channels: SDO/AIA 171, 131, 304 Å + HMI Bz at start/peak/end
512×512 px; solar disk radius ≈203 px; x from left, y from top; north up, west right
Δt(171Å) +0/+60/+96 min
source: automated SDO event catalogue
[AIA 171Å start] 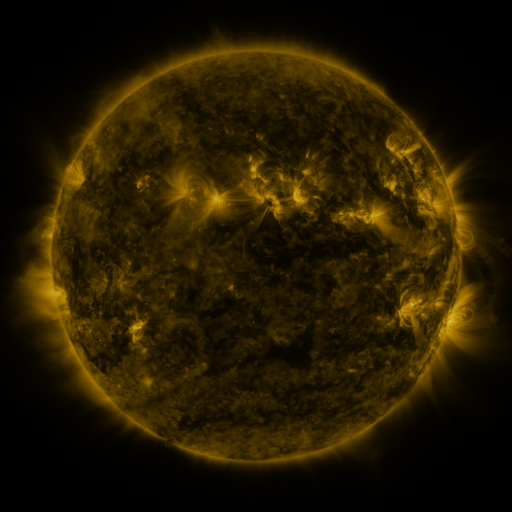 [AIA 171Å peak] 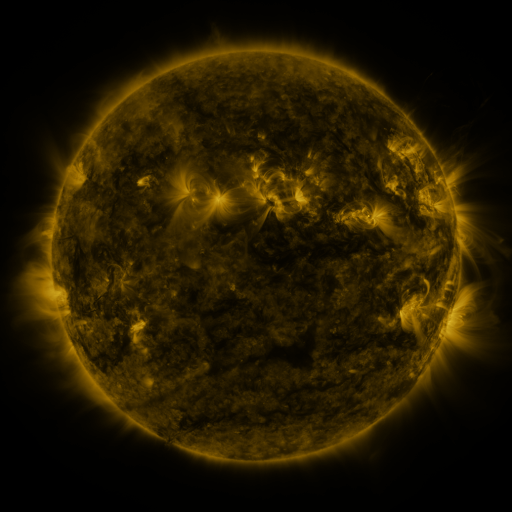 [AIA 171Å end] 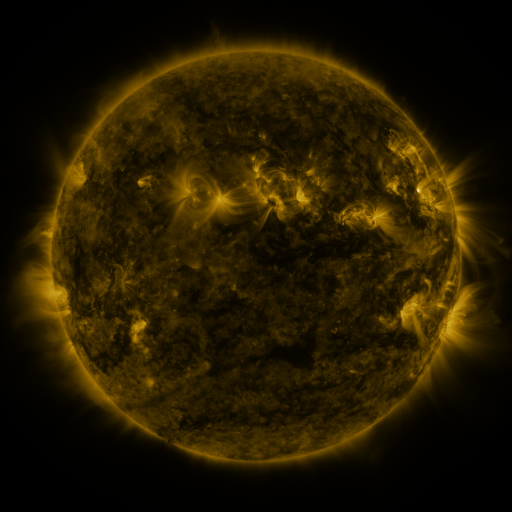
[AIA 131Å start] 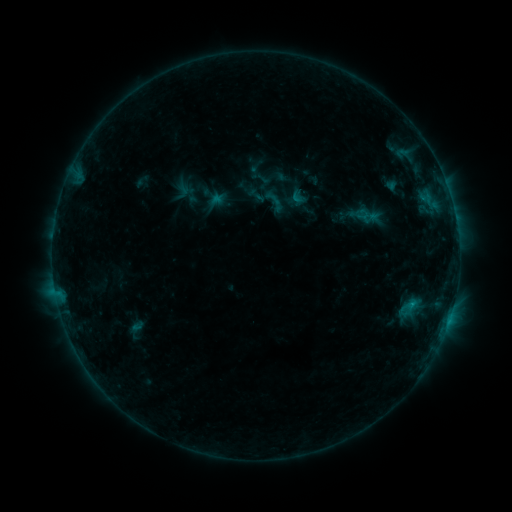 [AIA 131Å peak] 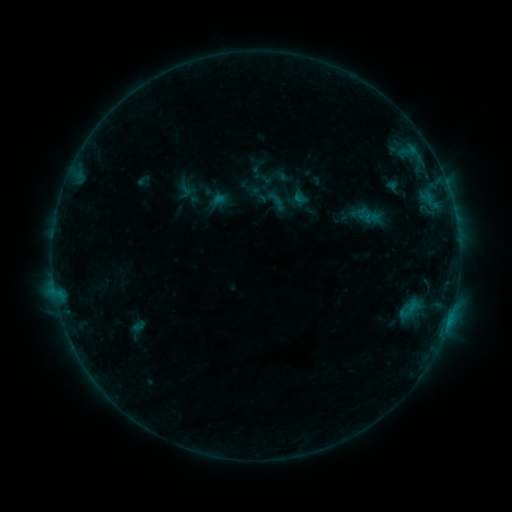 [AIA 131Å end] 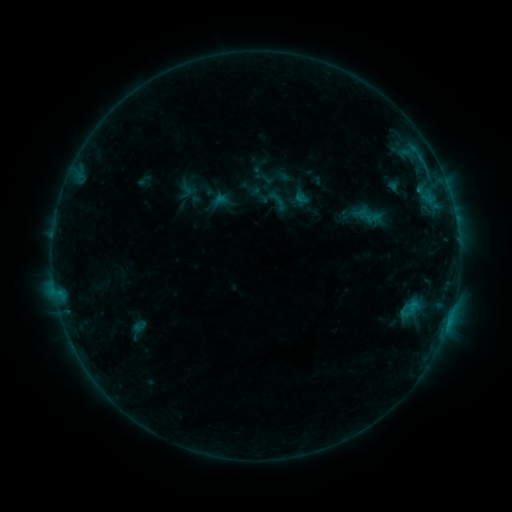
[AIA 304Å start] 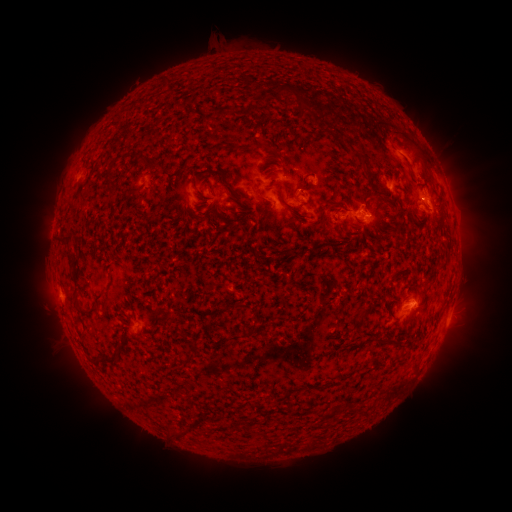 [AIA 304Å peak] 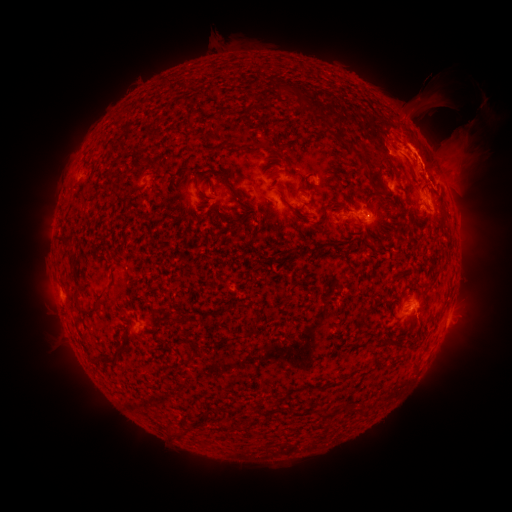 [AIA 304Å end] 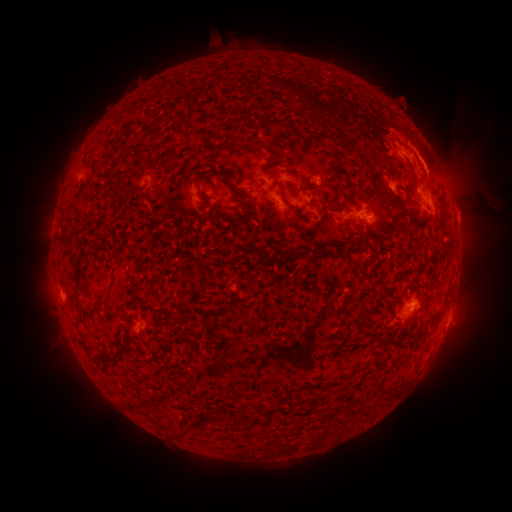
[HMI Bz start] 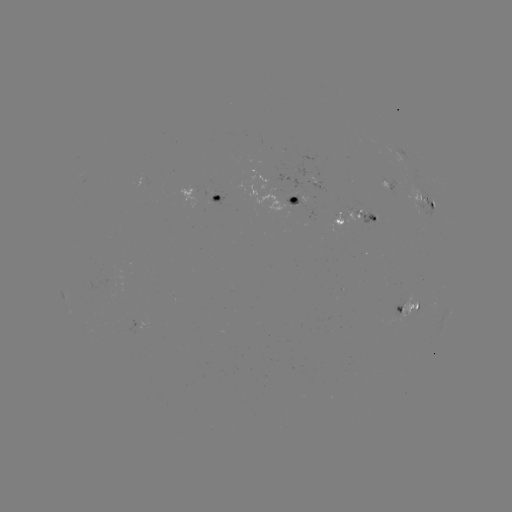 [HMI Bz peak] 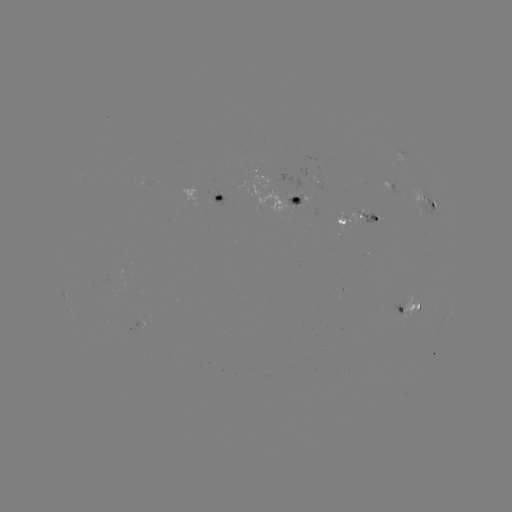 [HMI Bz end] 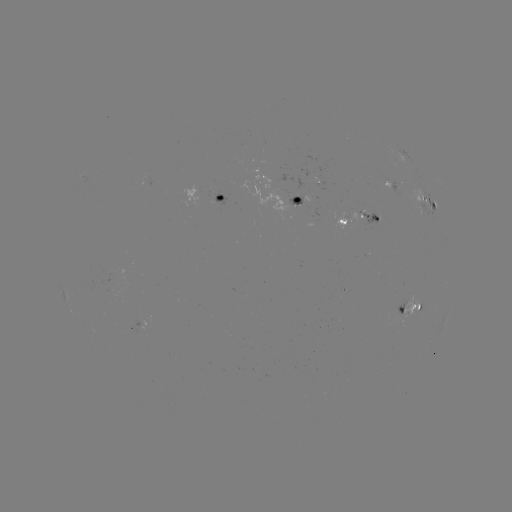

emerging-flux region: [402, 298, 421, 326]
